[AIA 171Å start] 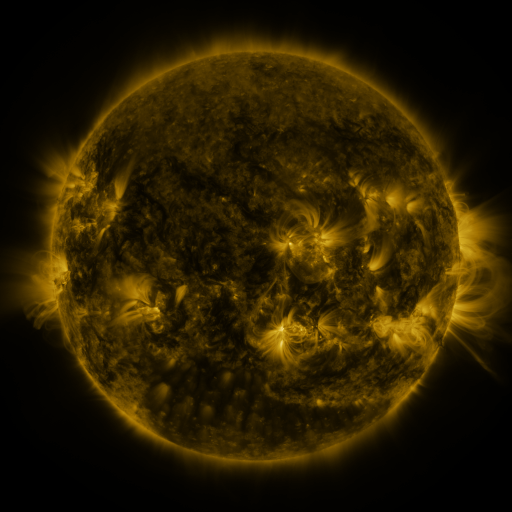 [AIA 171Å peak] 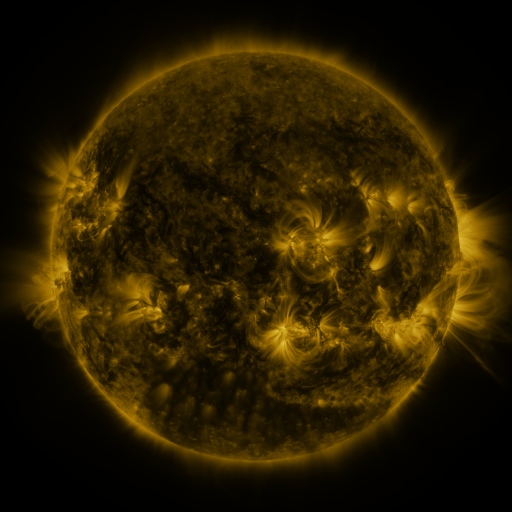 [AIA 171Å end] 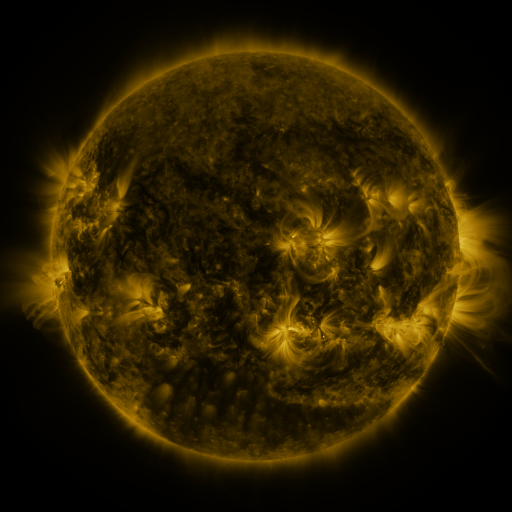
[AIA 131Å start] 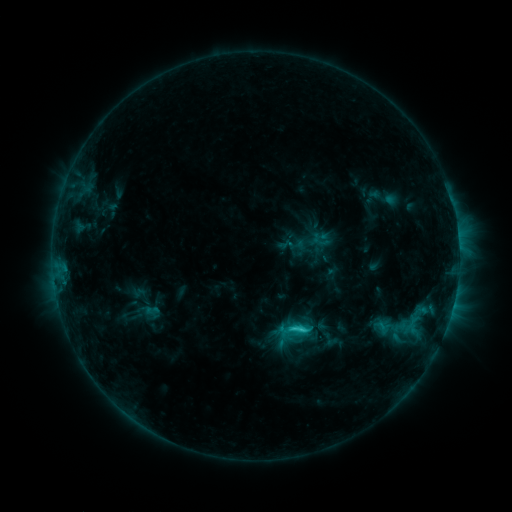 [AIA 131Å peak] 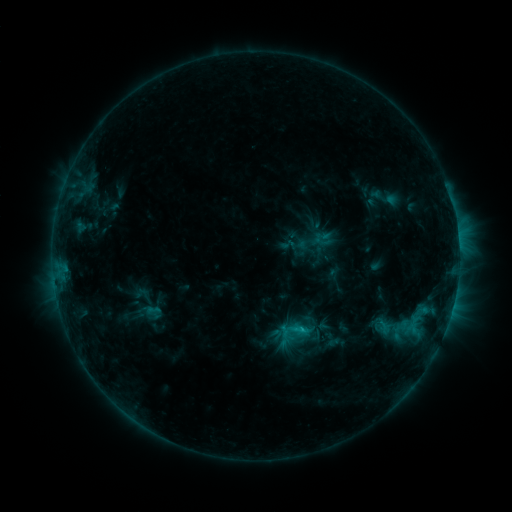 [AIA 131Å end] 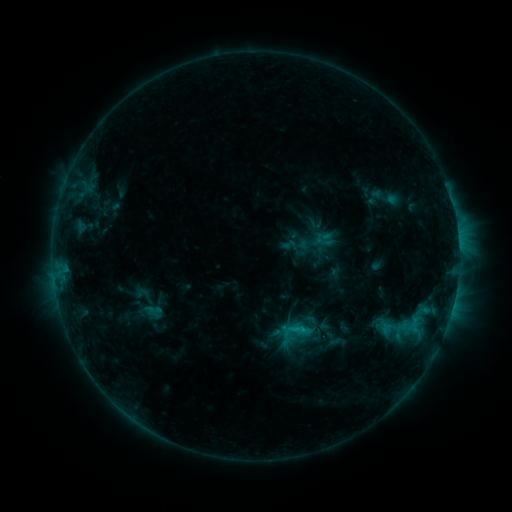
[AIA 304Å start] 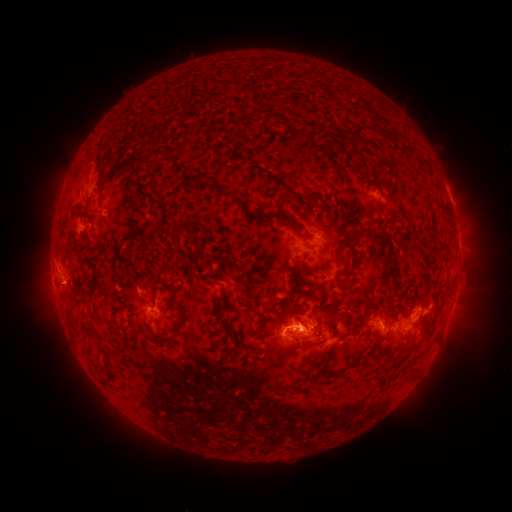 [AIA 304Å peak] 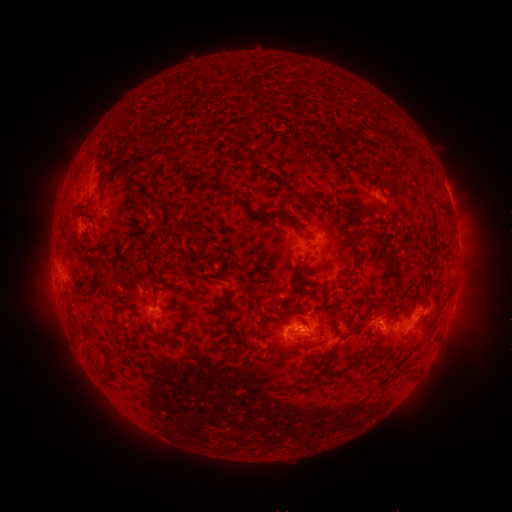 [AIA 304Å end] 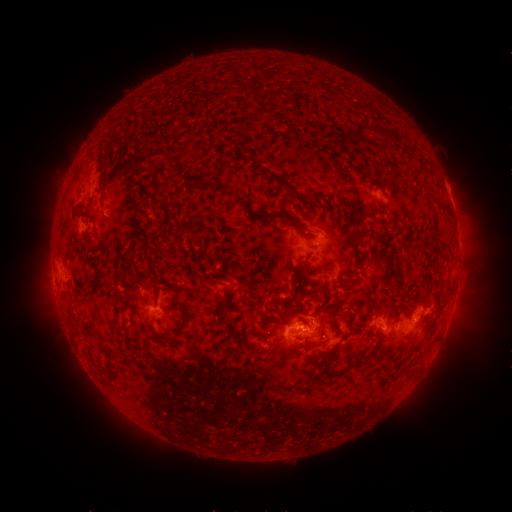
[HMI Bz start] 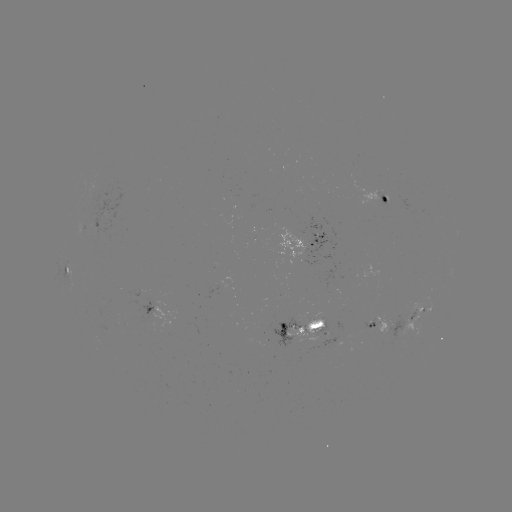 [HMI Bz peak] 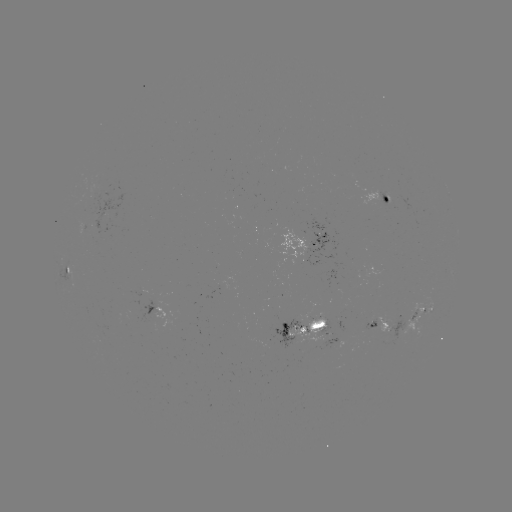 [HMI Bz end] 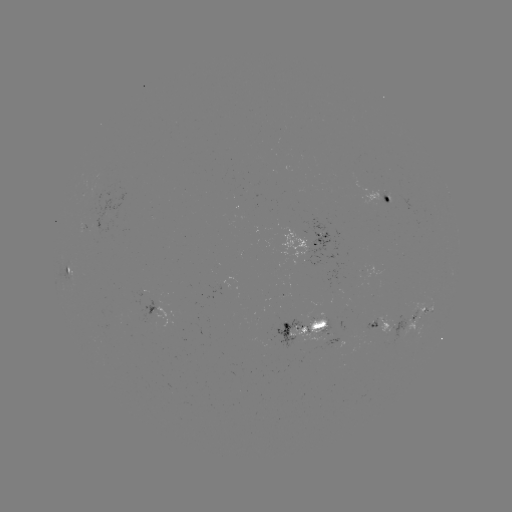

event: emerging-flux region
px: (326, 341)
